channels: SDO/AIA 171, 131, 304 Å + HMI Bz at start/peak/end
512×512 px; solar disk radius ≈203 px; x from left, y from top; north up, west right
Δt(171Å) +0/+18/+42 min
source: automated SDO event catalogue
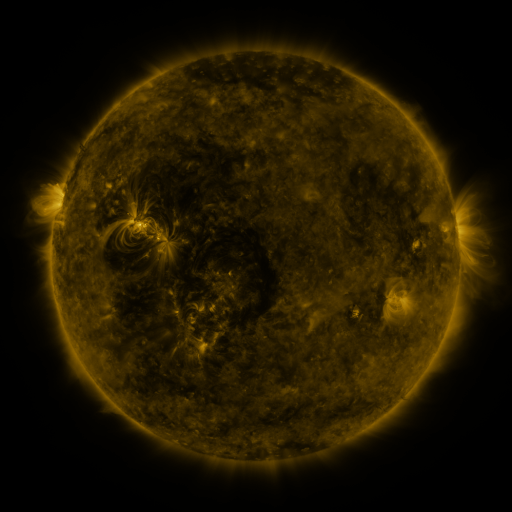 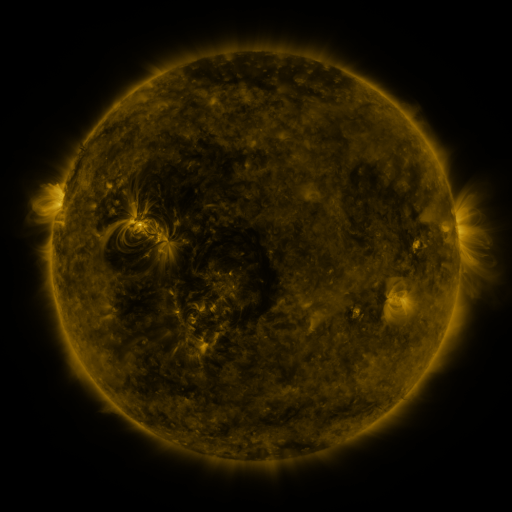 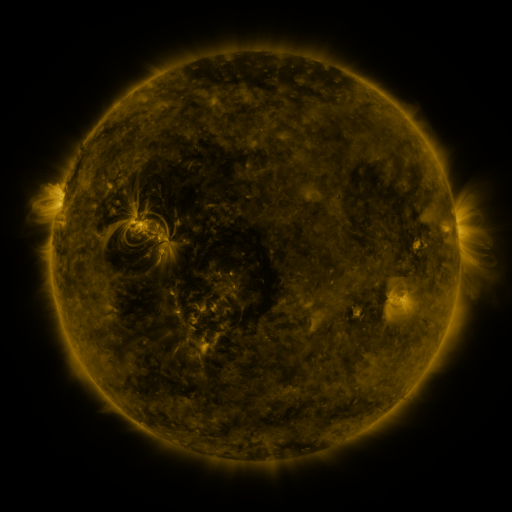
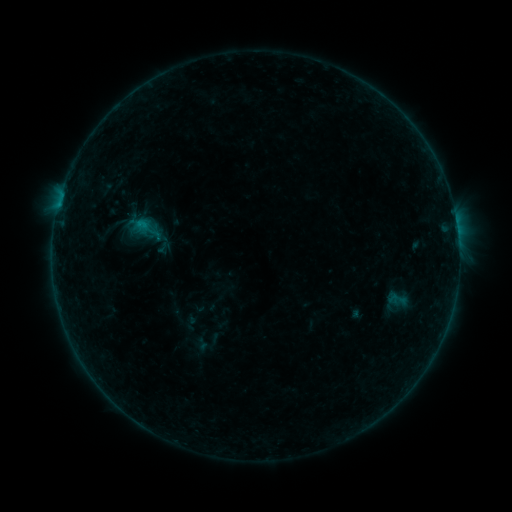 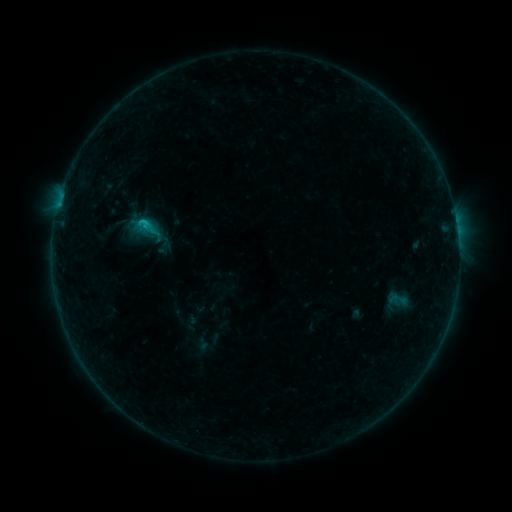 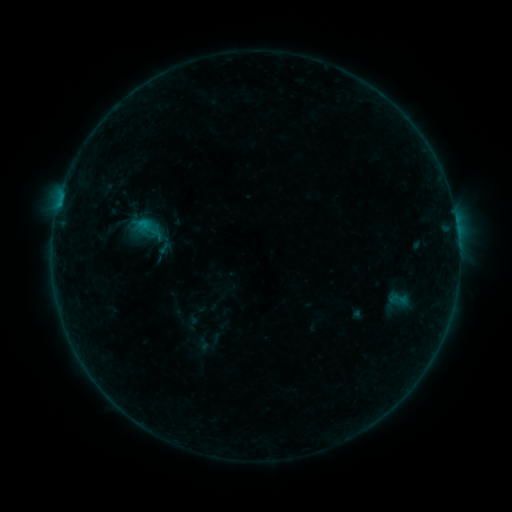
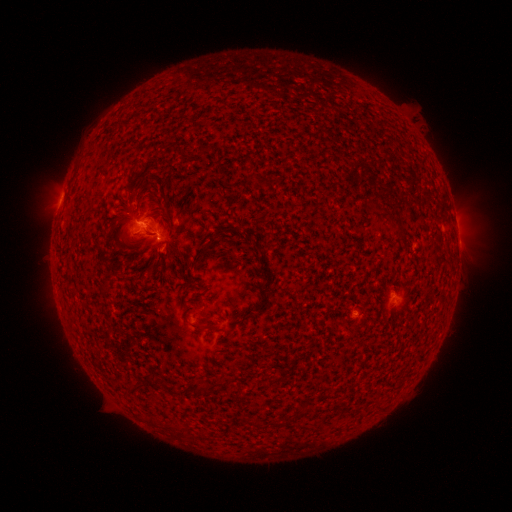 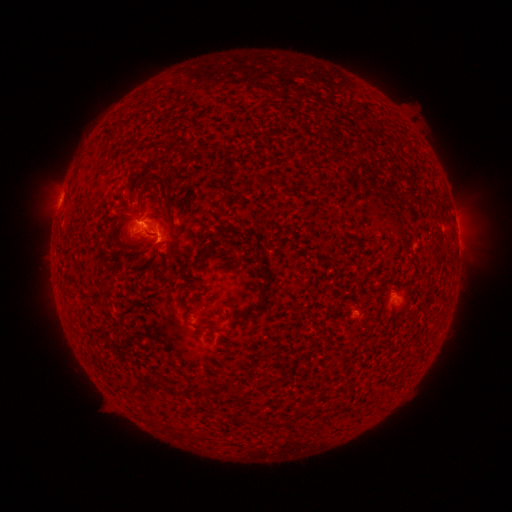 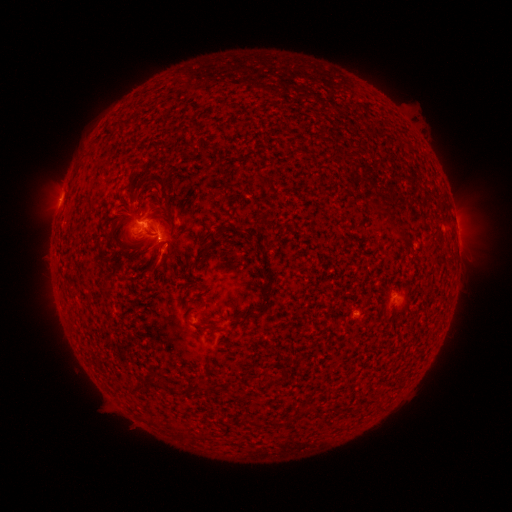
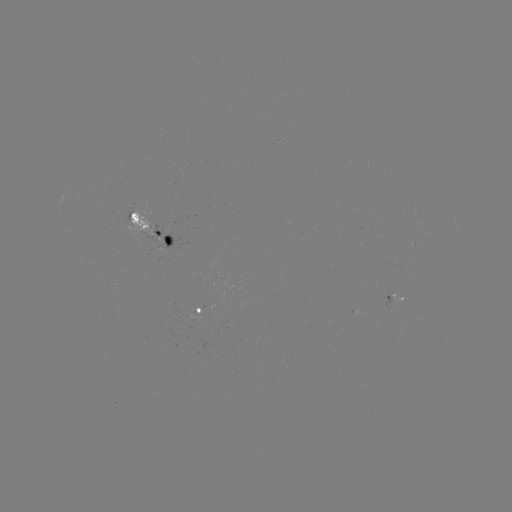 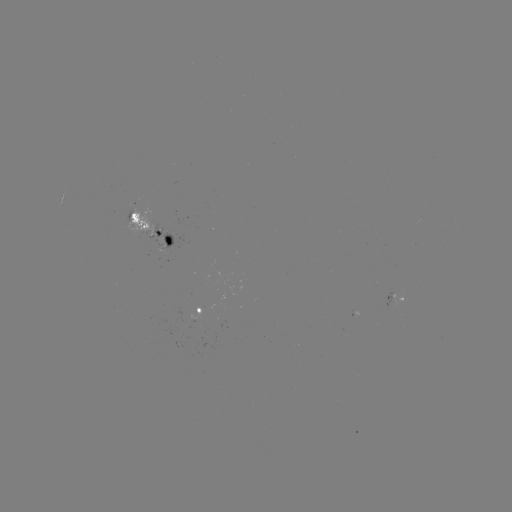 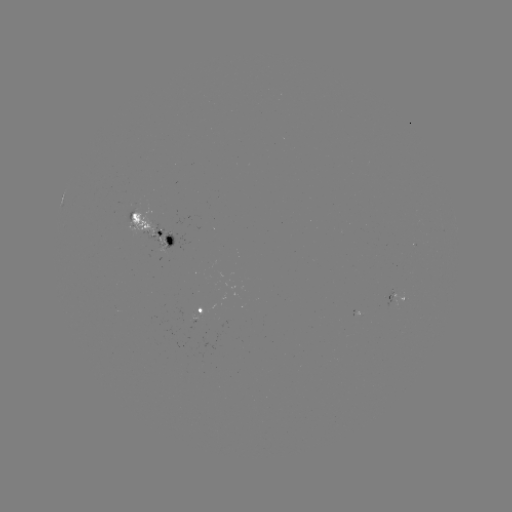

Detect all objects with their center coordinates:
B8.5 flare: (143, 223)
